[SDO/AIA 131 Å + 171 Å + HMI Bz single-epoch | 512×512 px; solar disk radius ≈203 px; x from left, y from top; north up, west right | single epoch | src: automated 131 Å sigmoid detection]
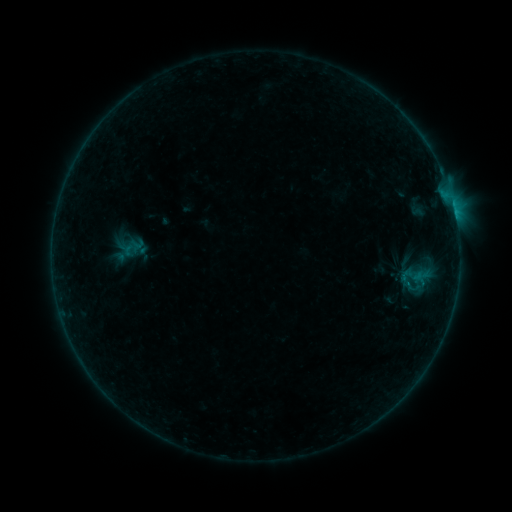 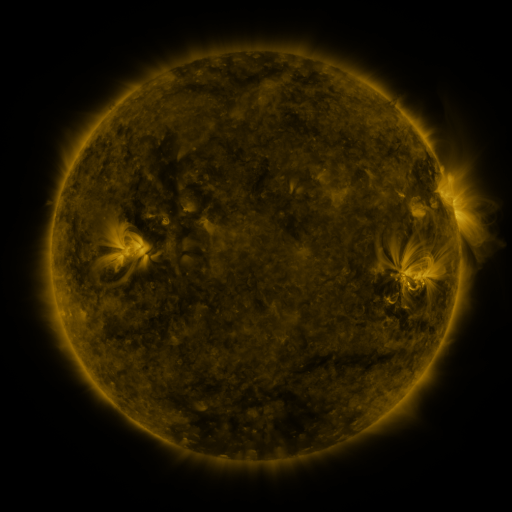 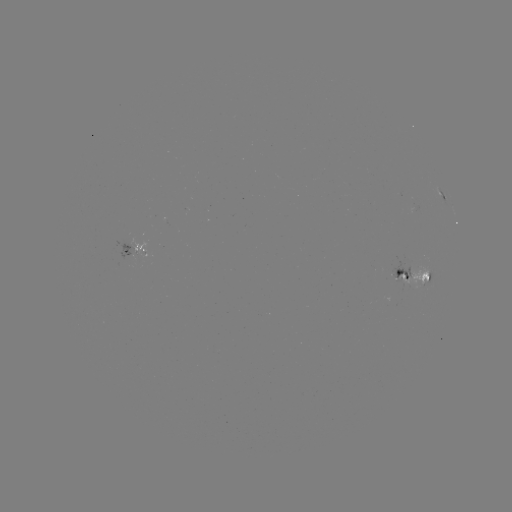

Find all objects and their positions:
sigmoid: <bbox>395, 255, 438, 308</bbox>
